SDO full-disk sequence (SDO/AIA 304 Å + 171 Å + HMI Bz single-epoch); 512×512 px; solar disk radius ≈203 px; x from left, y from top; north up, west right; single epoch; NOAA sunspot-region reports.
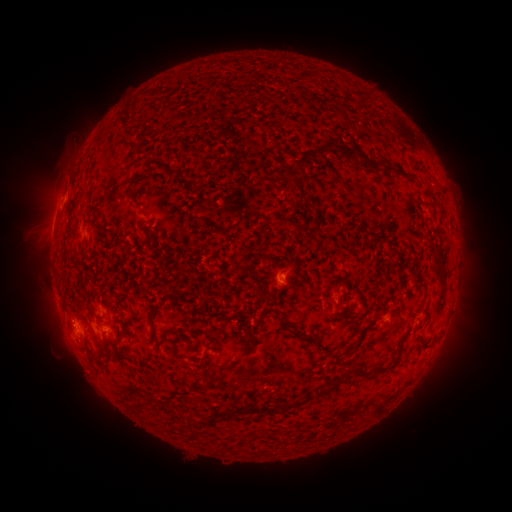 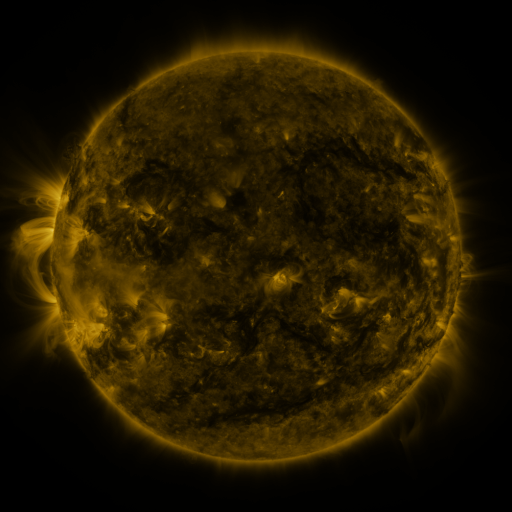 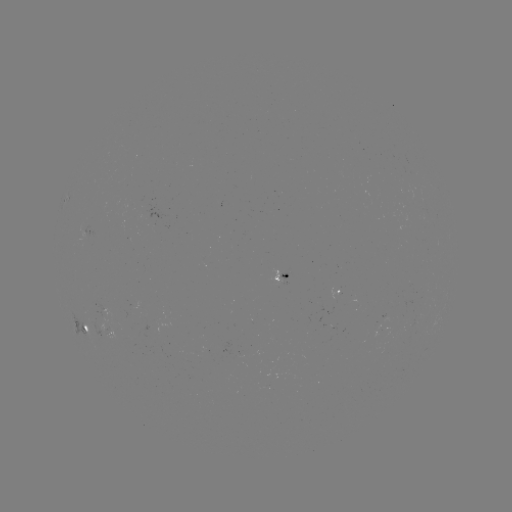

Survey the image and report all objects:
spotted active region: (92, 231)
spotted active region: (280, 277)
spotted active region: (342, 293)
spotted active region: (84, 326)
spotted active region: (112, 334)
